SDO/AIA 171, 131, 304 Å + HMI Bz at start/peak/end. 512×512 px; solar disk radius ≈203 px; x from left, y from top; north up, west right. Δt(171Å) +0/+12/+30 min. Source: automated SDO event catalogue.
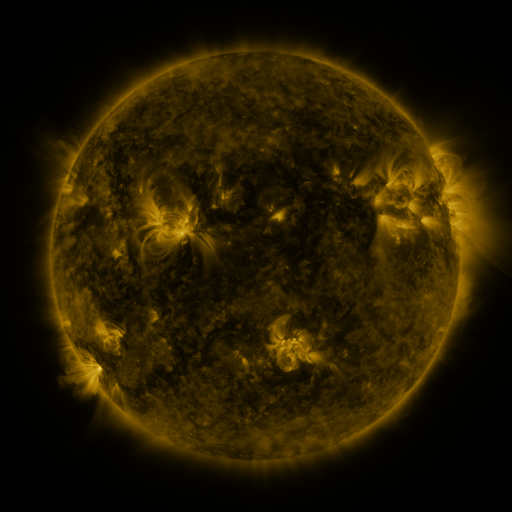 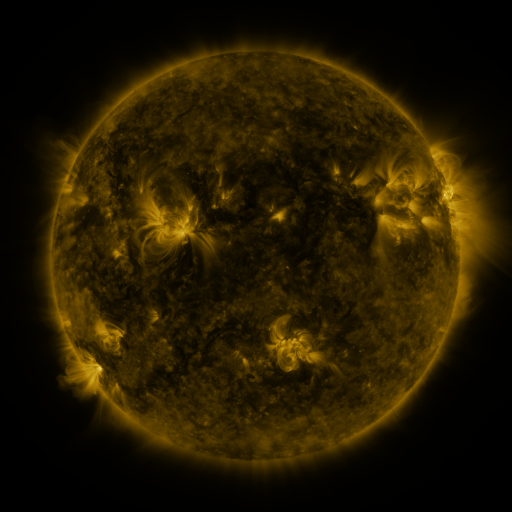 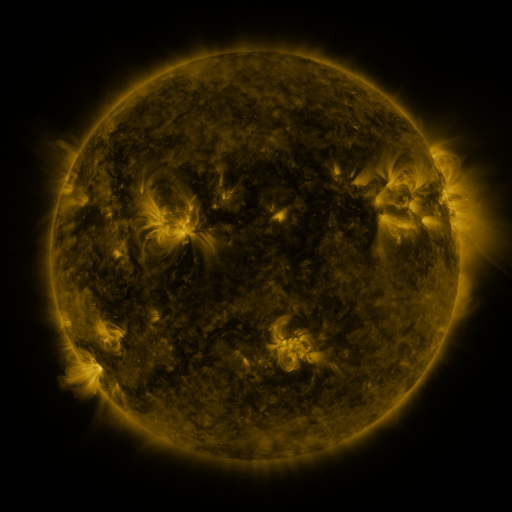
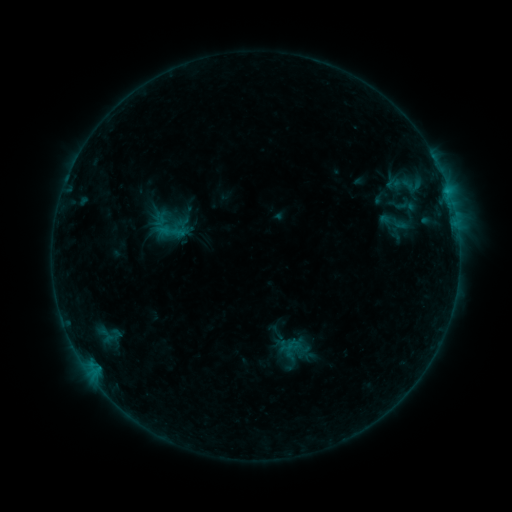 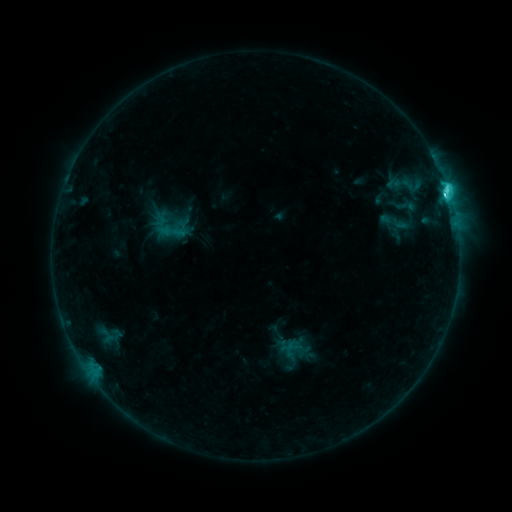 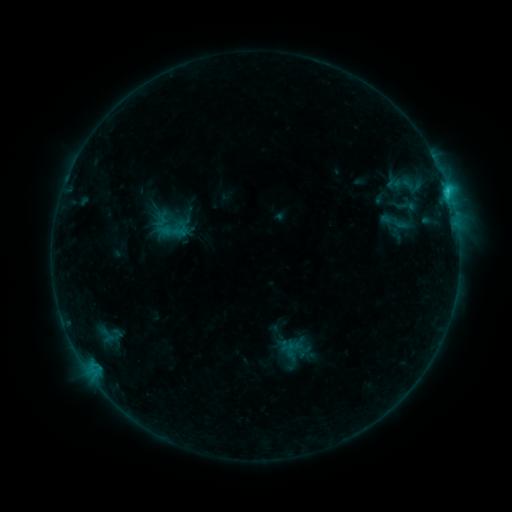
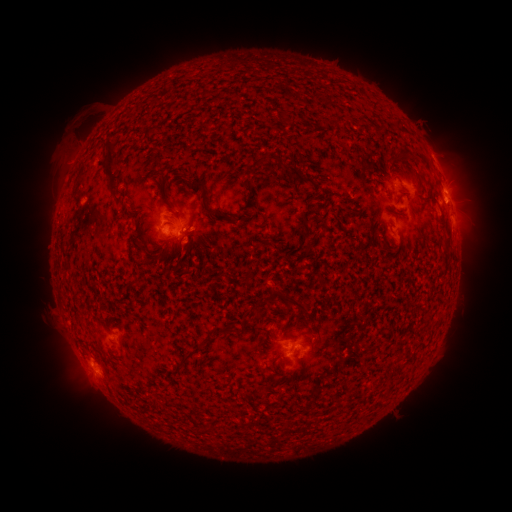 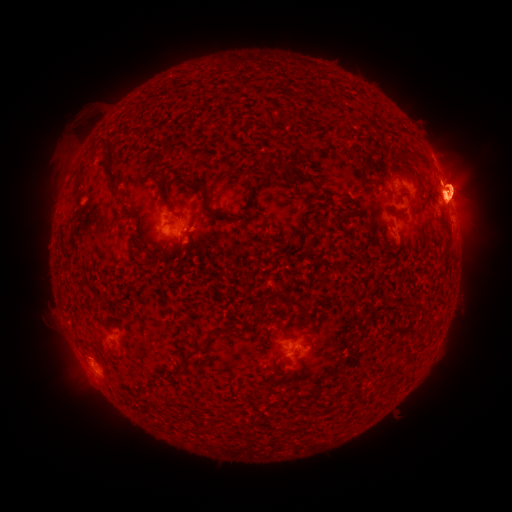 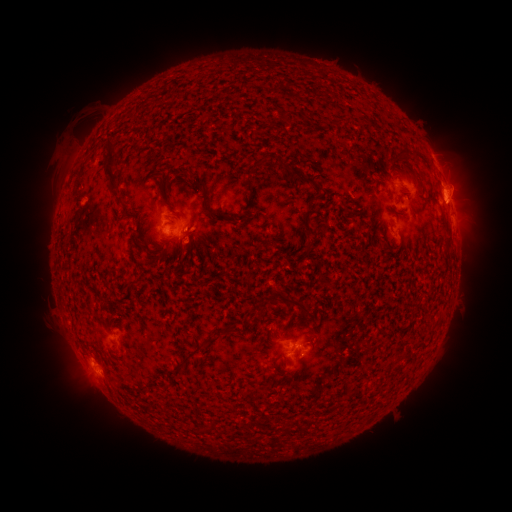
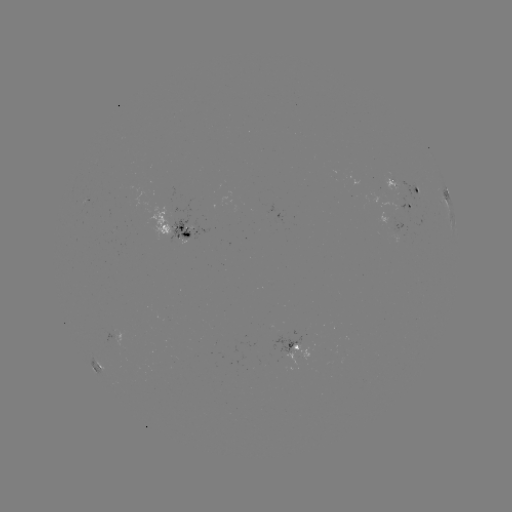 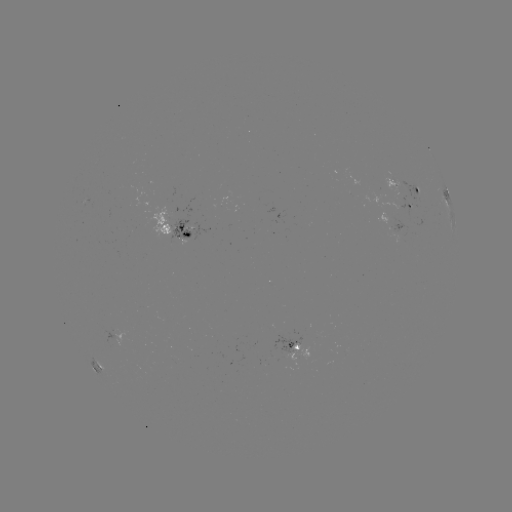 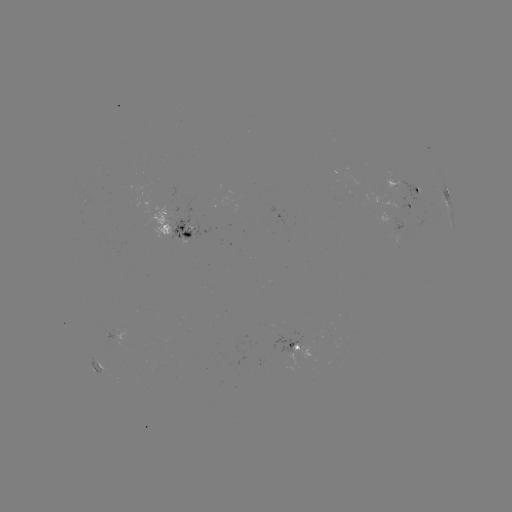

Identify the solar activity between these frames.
eruption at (461, 196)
